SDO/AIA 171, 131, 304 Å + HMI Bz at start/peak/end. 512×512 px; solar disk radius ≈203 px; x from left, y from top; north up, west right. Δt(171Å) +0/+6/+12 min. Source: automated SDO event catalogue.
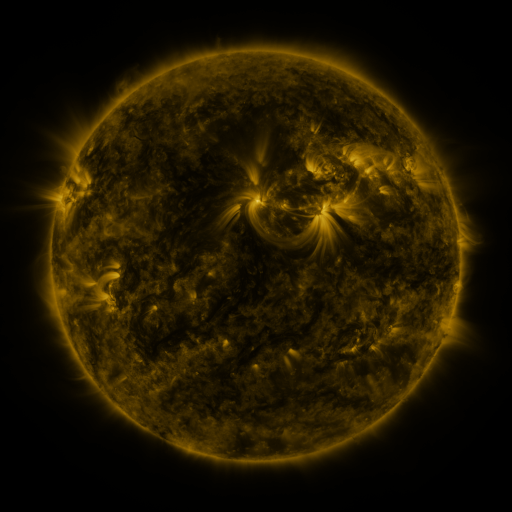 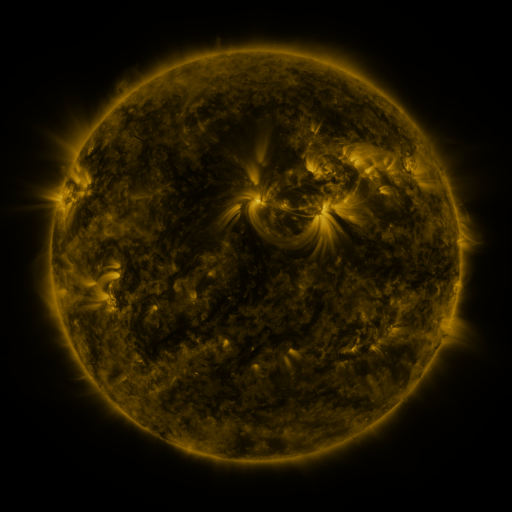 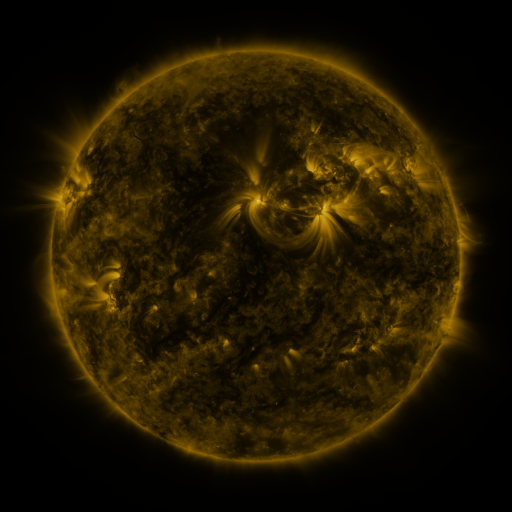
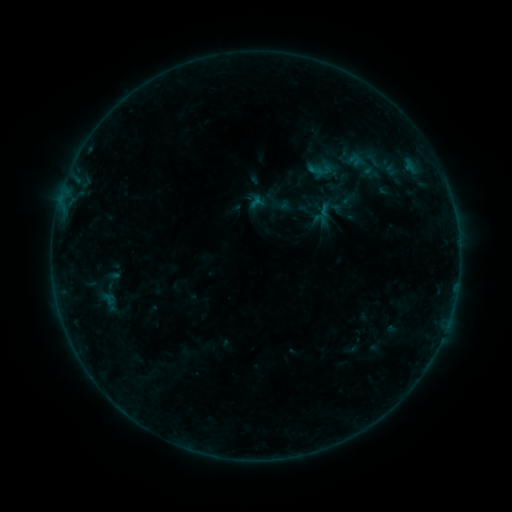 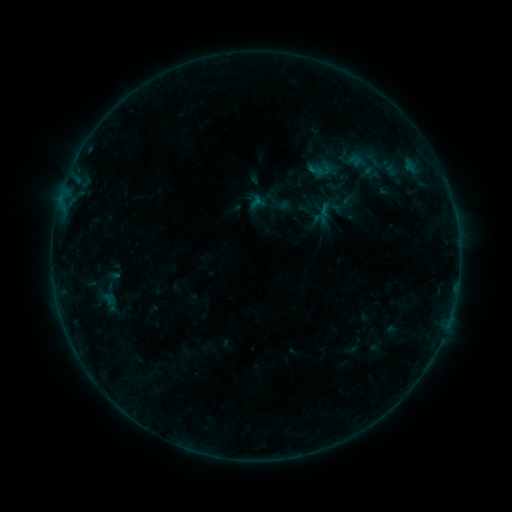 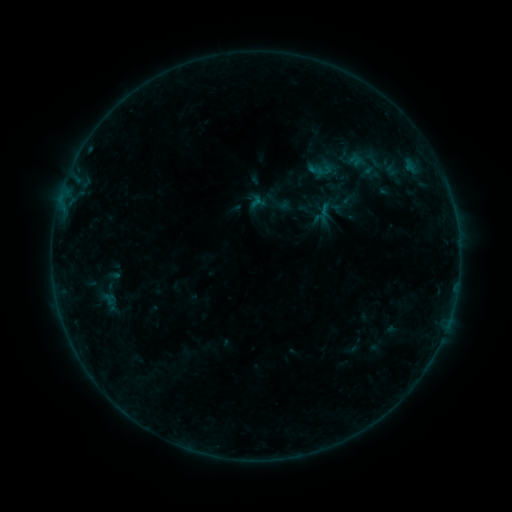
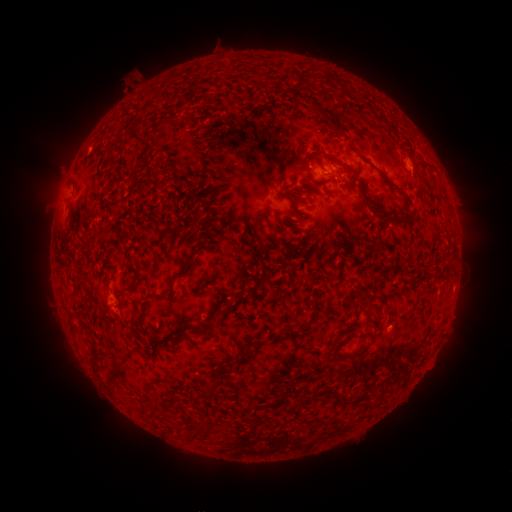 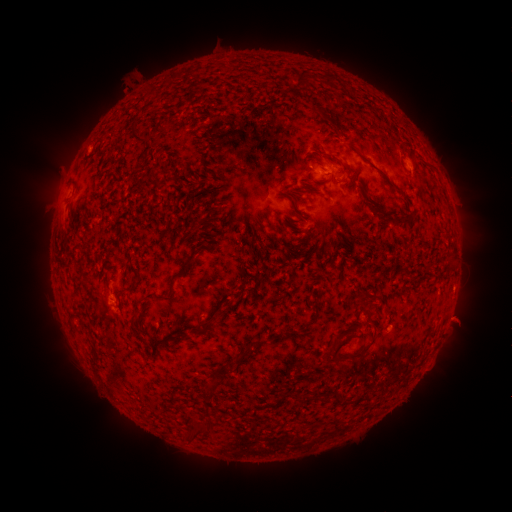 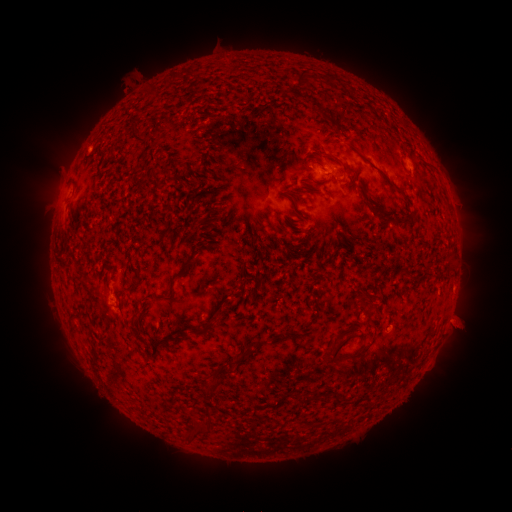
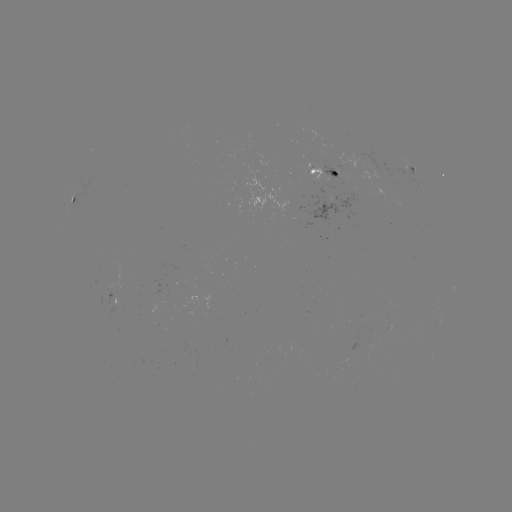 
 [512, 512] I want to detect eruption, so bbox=[435, 296, 486, 344].